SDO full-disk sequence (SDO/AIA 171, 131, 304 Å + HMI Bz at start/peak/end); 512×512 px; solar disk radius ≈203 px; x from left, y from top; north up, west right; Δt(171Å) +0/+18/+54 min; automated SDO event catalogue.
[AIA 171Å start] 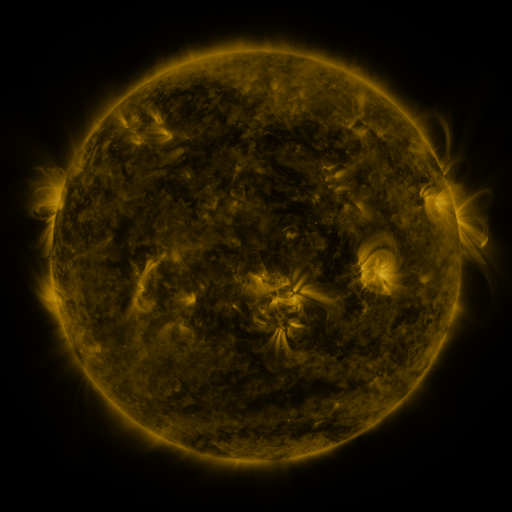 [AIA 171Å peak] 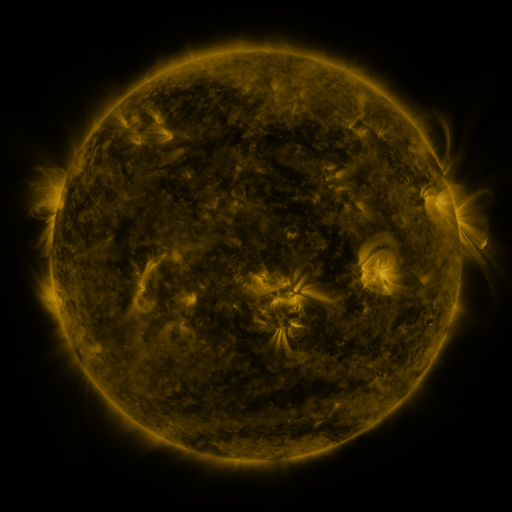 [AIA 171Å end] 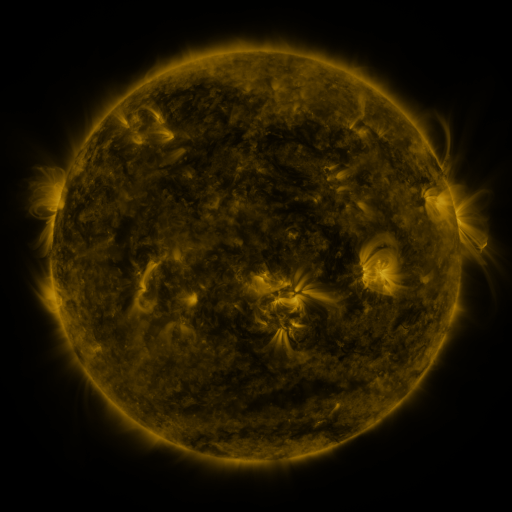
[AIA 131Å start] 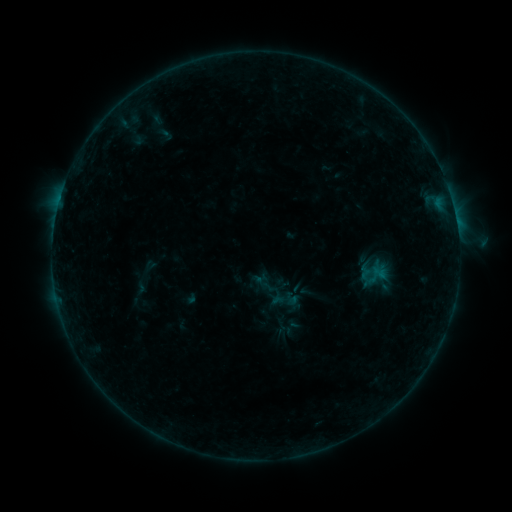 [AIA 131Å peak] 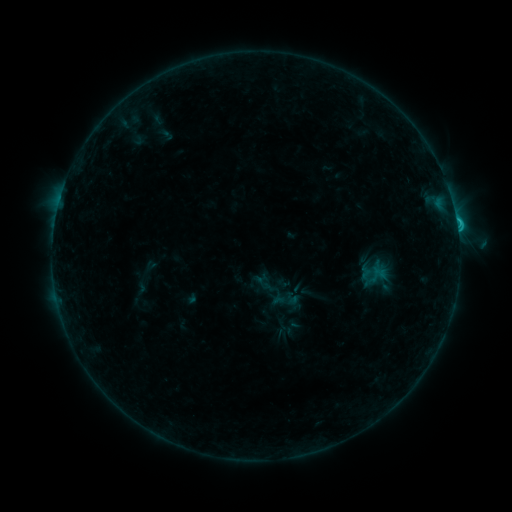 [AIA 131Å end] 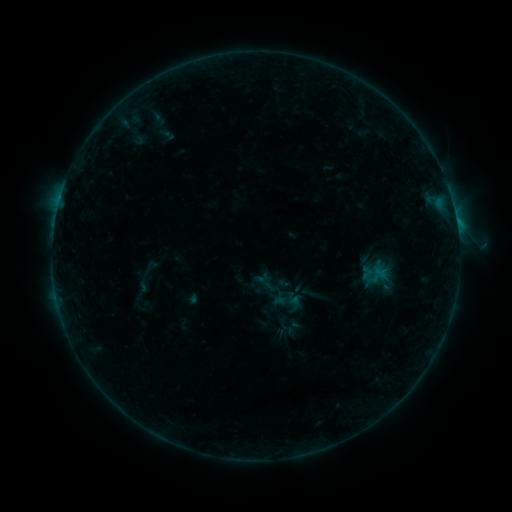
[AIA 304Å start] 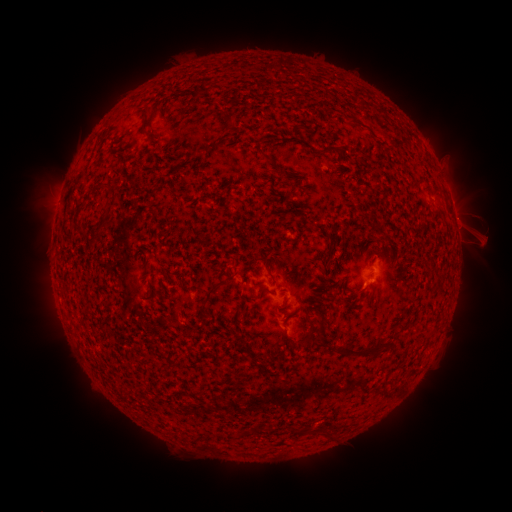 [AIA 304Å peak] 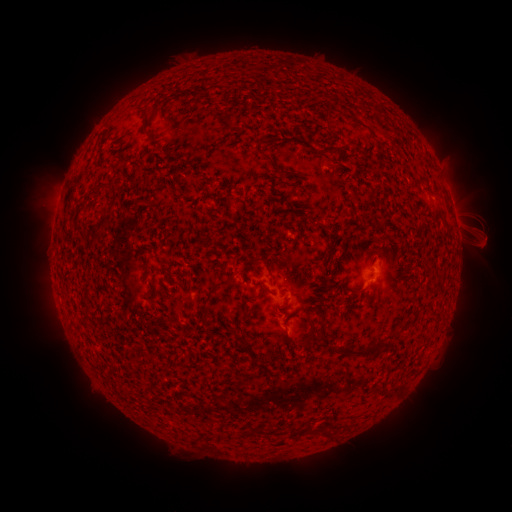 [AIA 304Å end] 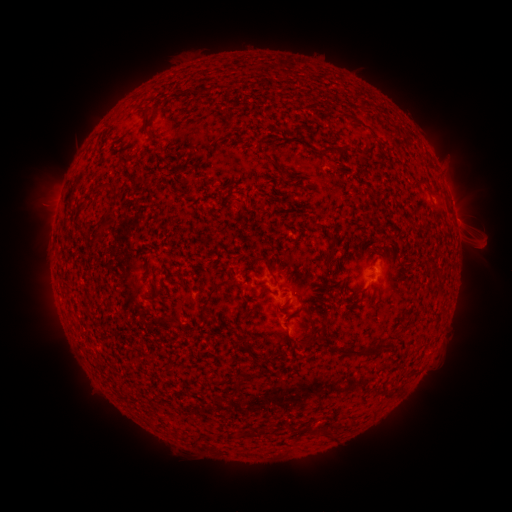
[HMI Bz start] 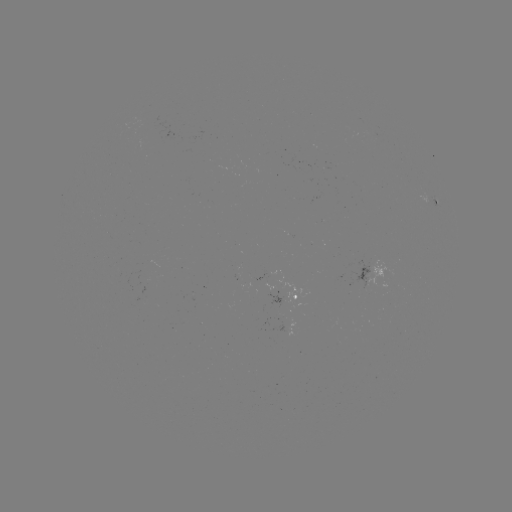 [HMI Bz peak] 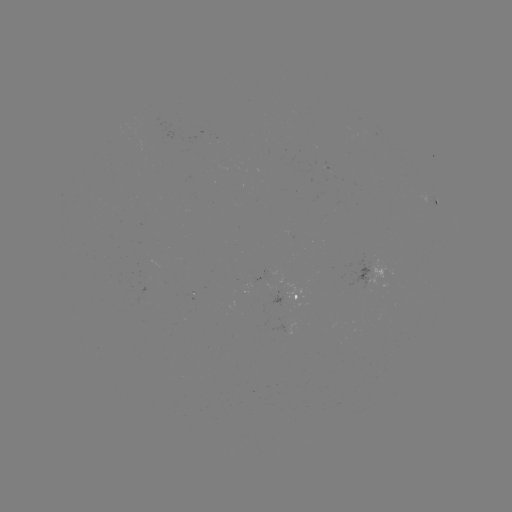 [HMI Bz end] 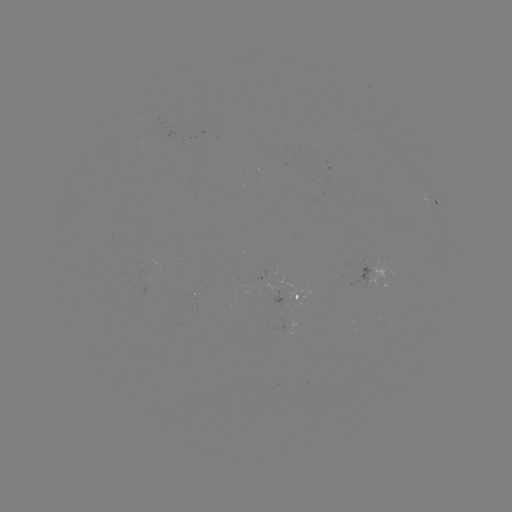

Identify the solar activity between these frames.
C1.2 flare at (456, 223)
